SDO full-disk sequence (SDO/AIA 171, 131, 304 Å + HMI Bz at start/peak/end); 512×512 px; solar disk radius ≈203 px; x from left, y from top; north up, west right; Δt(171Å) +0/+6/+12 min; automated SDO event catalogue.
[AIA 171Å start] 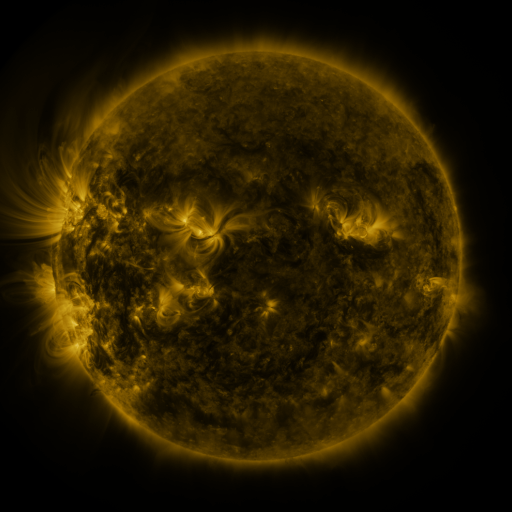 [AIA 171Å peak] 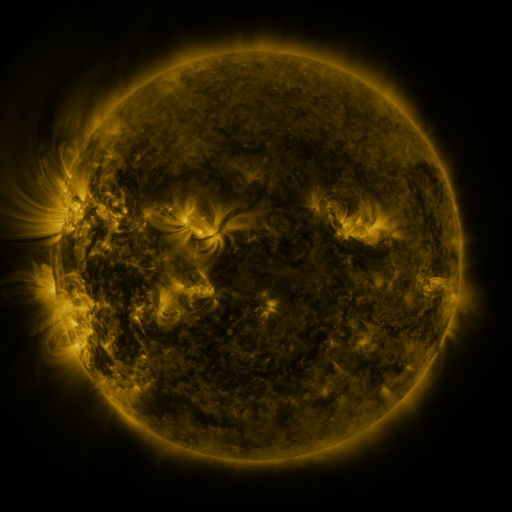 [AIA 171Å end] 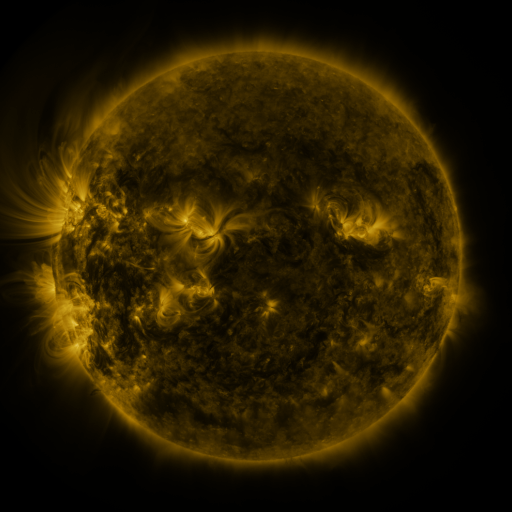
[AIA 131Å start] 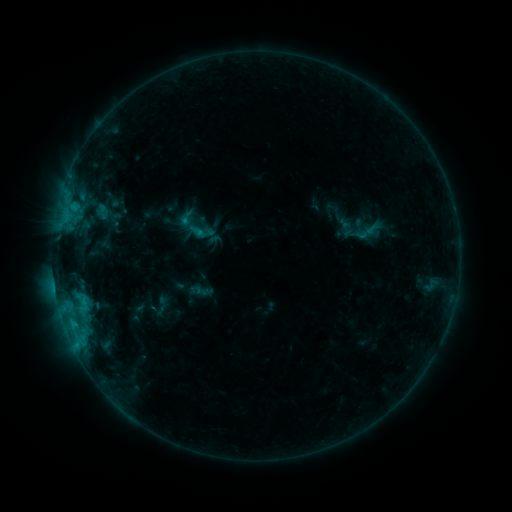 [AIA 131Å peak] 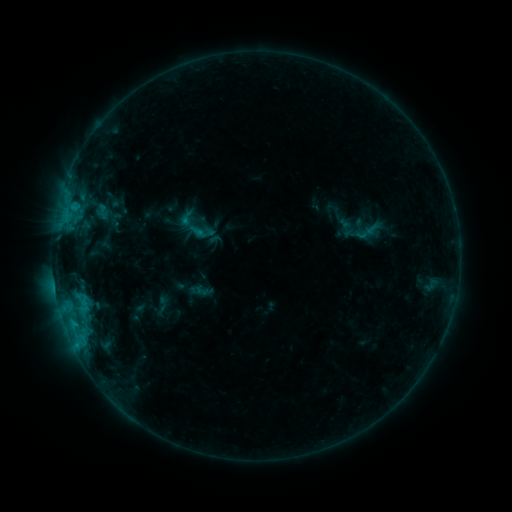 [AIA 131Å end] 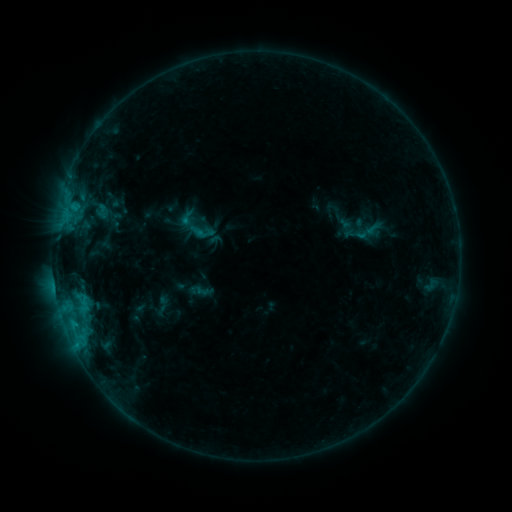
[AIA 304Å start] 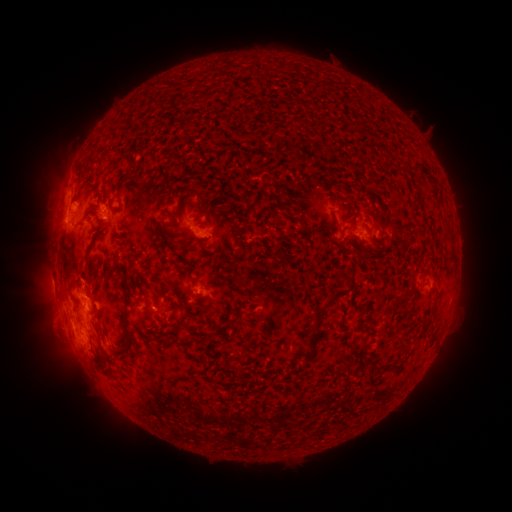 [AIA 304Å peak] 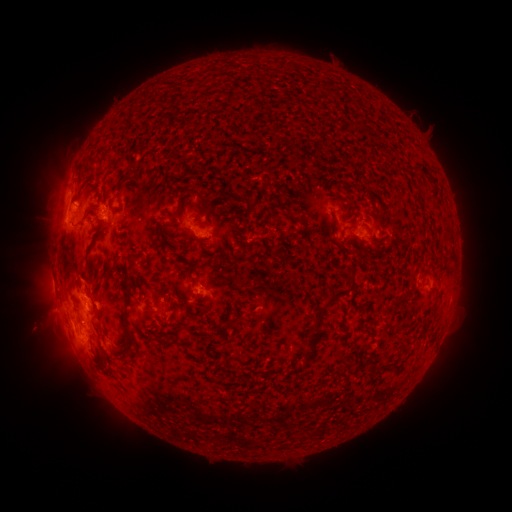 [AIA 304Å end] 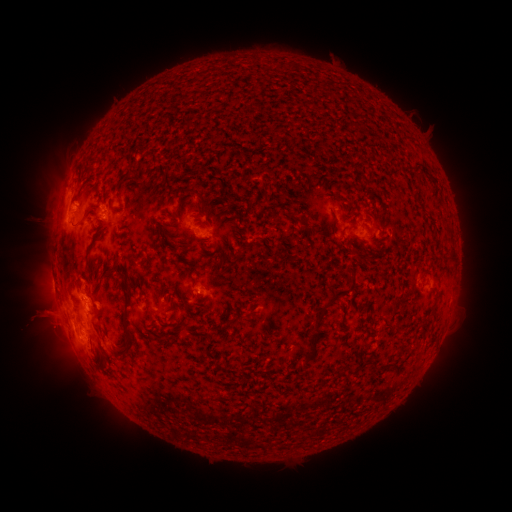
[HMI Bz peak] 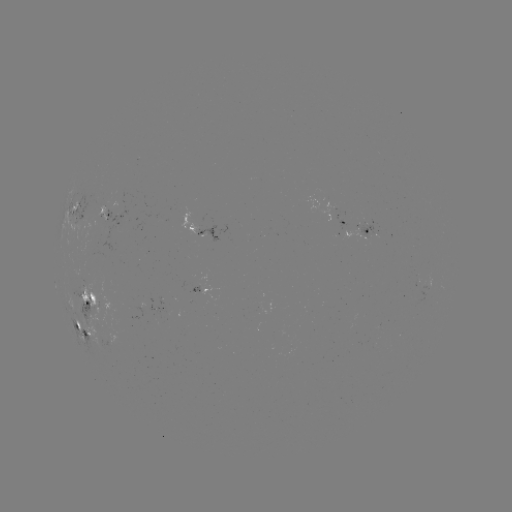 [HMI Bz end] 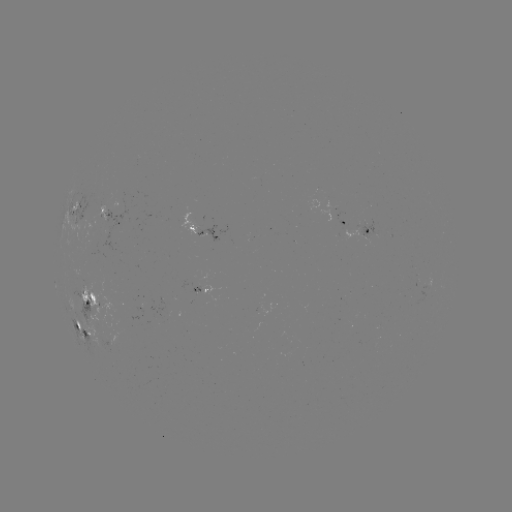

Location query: eruption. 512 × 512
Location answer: (42, 321).